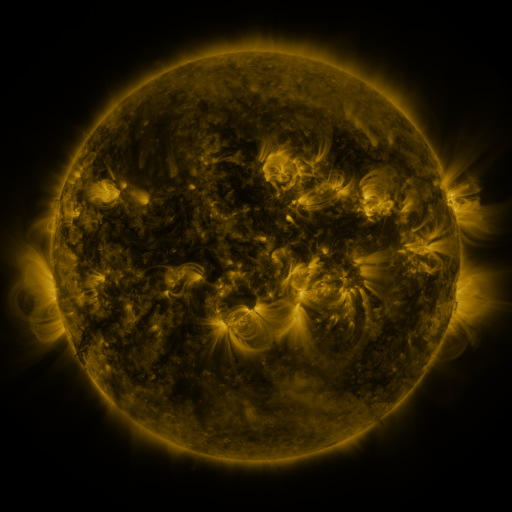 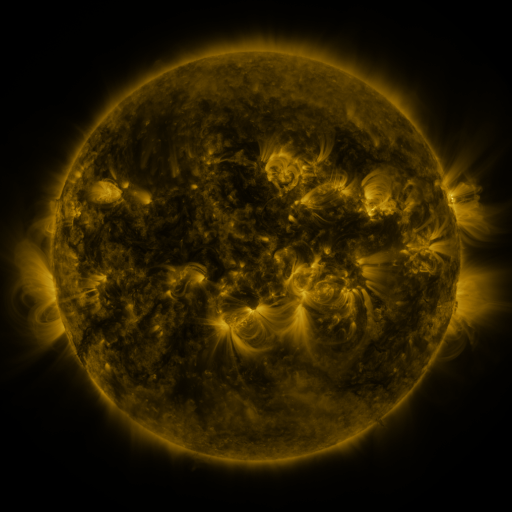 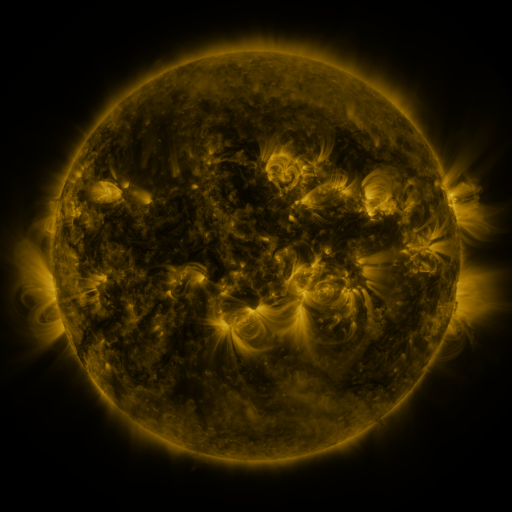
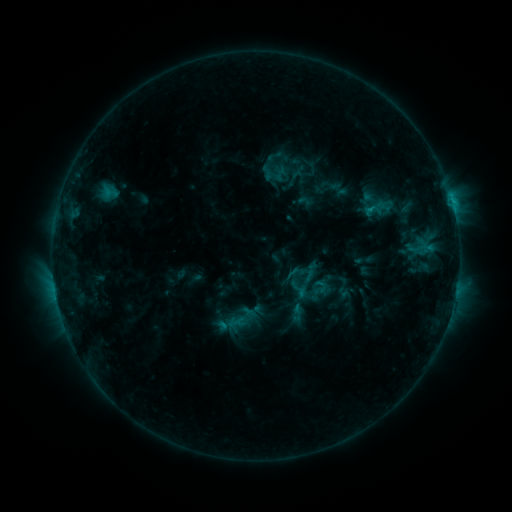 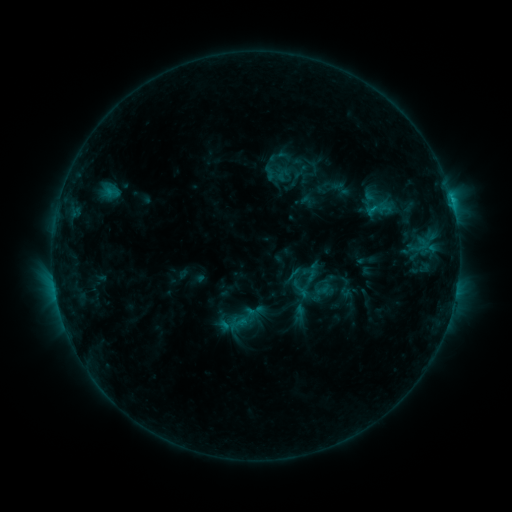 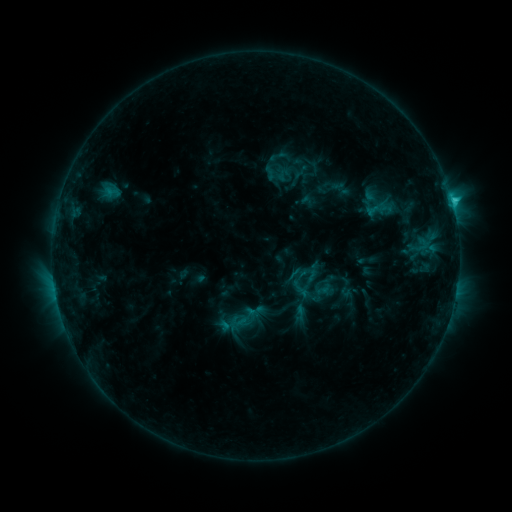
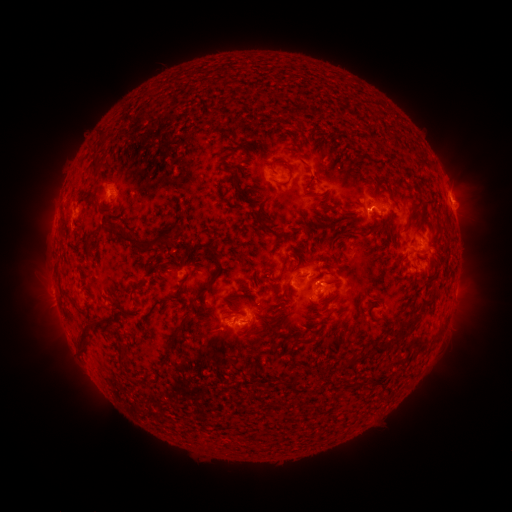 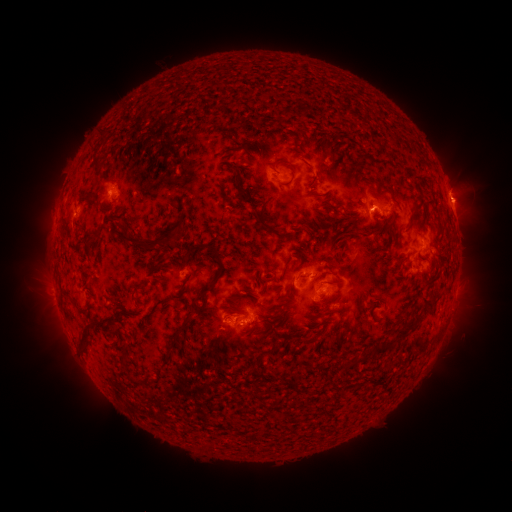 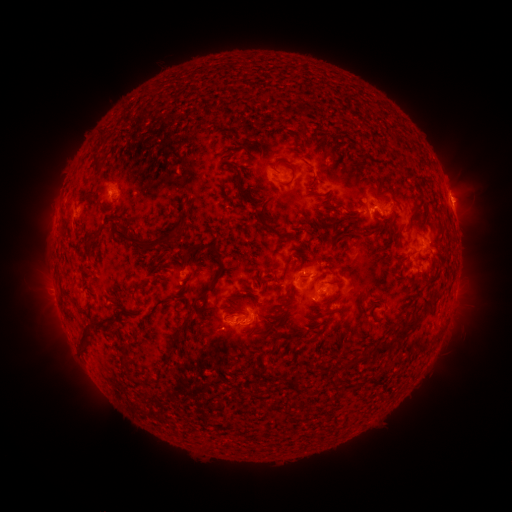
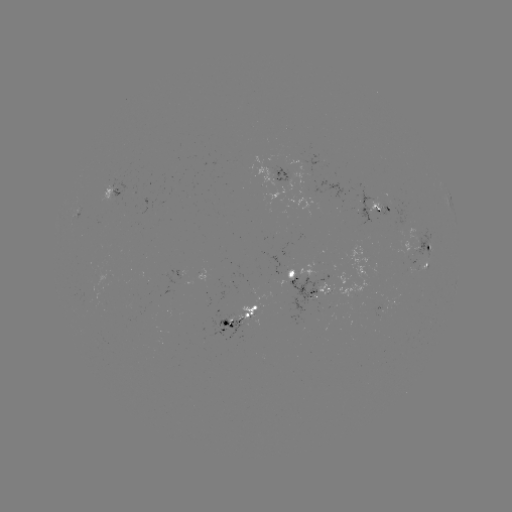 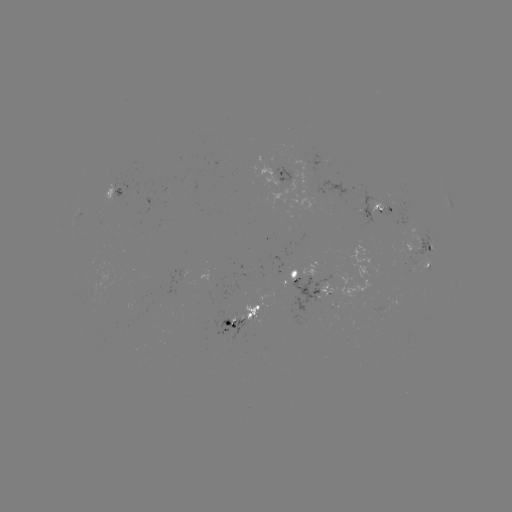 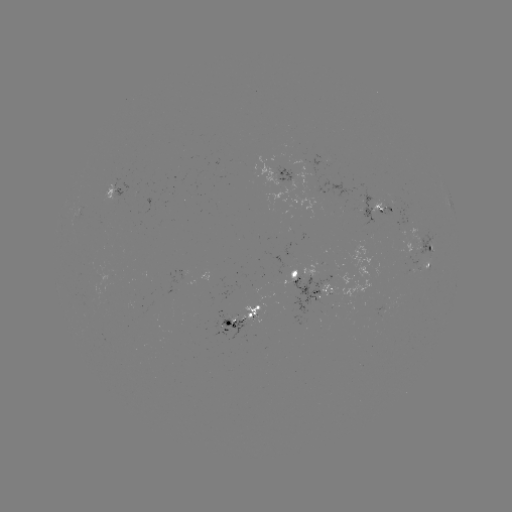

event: emerging-flux region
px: (325, 278)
